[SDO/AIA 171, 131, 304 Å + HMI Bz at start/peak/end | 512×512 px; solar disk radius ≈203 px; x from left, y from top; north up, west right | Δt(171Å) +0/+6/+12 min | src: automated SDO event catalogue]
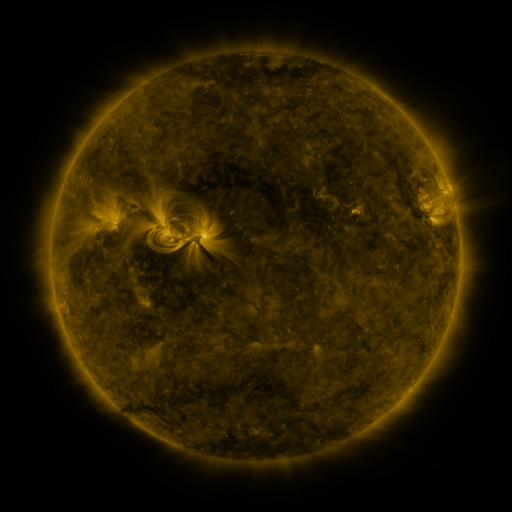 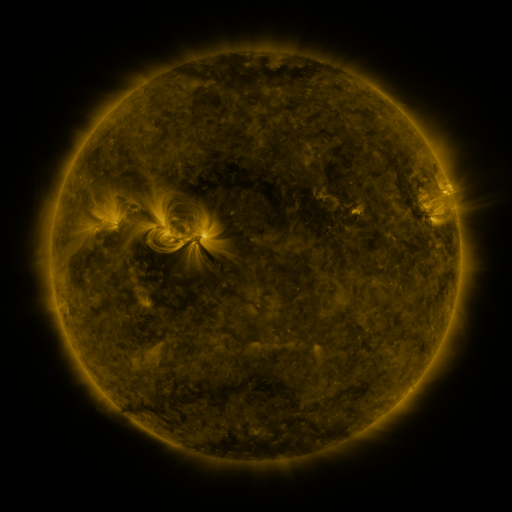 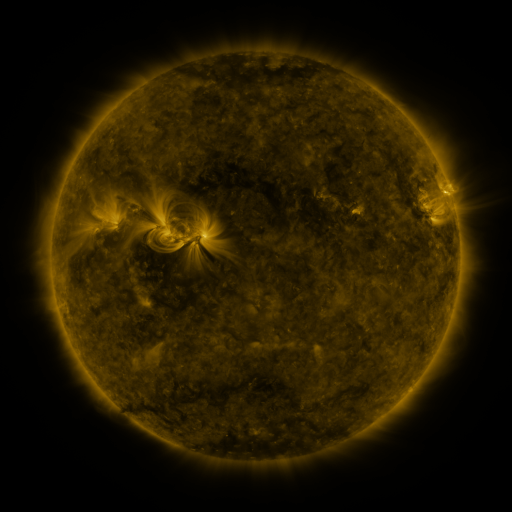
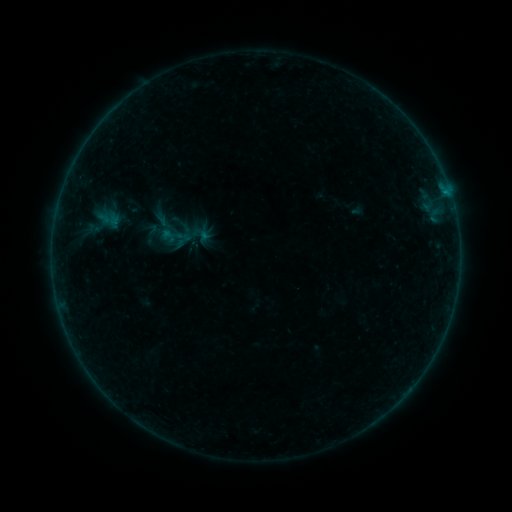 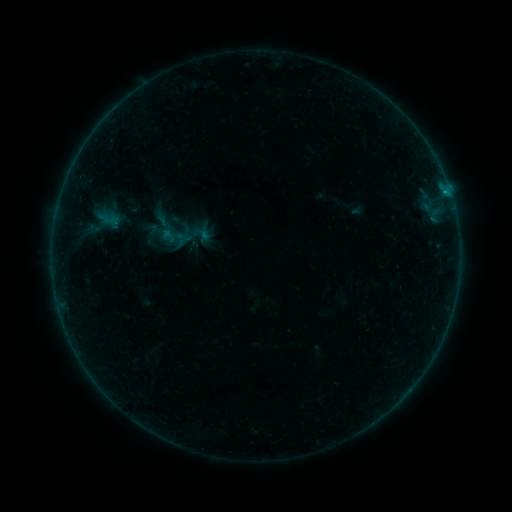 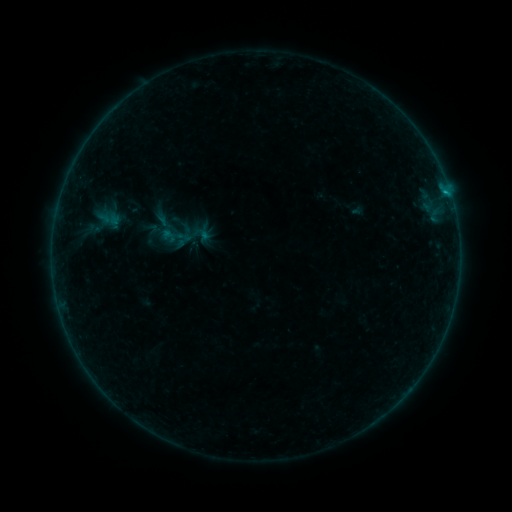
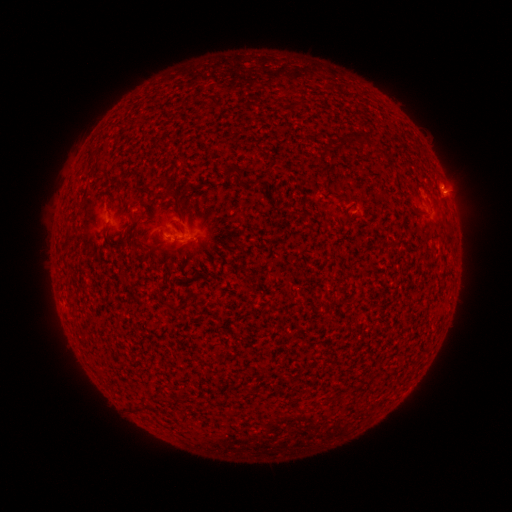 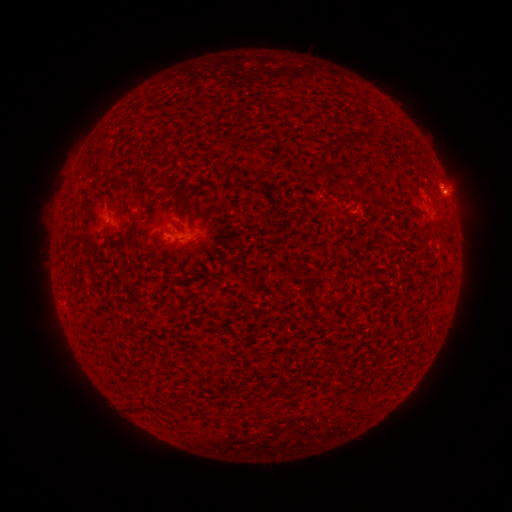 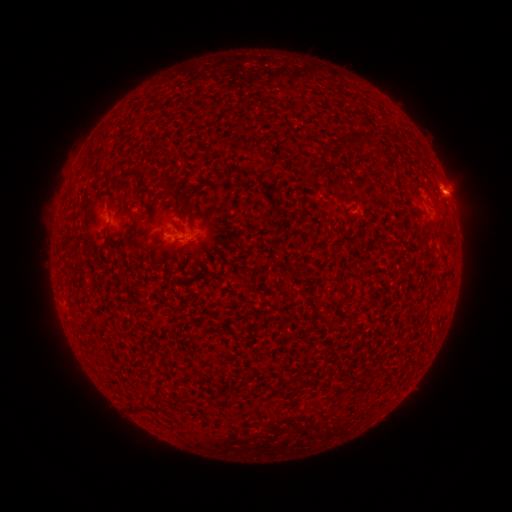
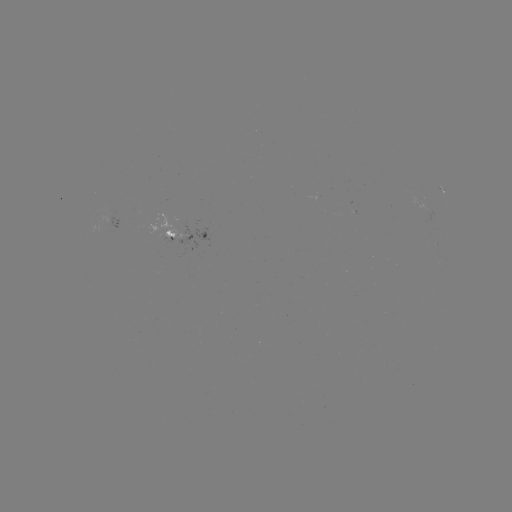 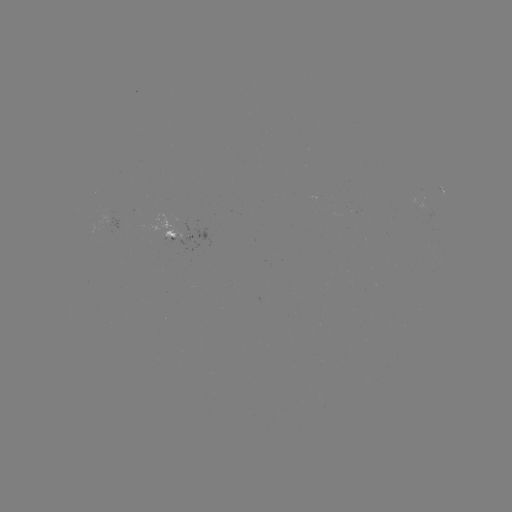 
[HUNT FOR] B3.3 flare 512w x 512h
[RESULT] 444,193